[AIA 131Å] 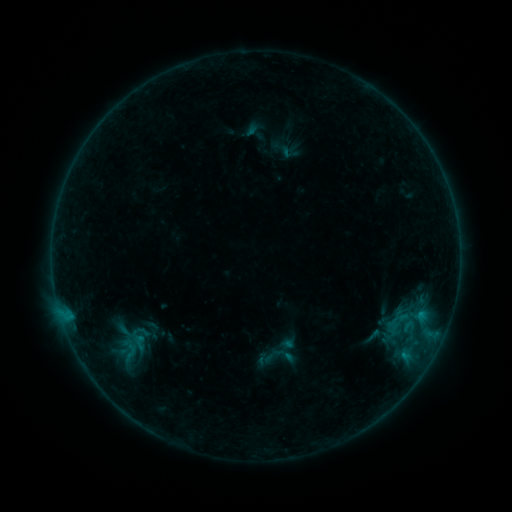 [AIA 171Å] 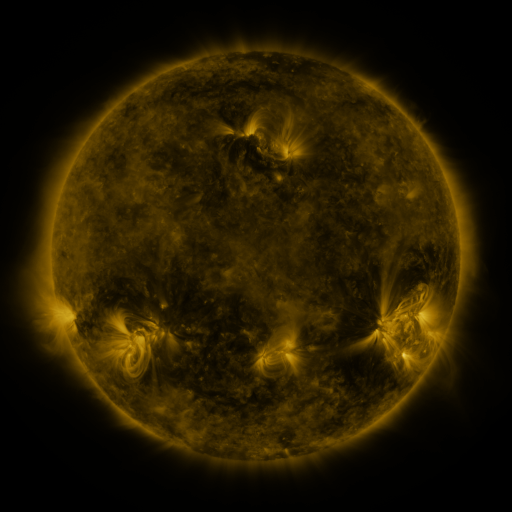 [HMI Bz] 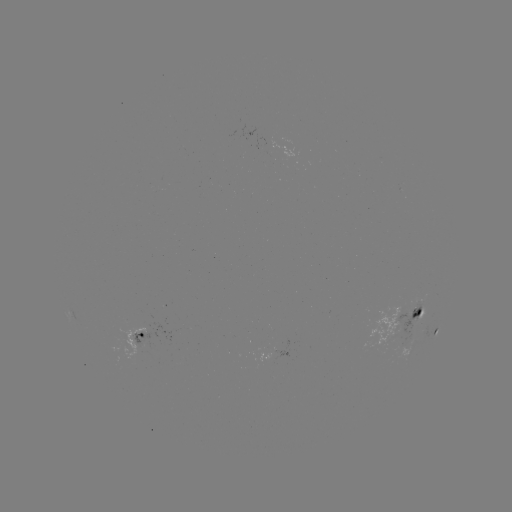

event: sigmoid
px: (139, 343)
